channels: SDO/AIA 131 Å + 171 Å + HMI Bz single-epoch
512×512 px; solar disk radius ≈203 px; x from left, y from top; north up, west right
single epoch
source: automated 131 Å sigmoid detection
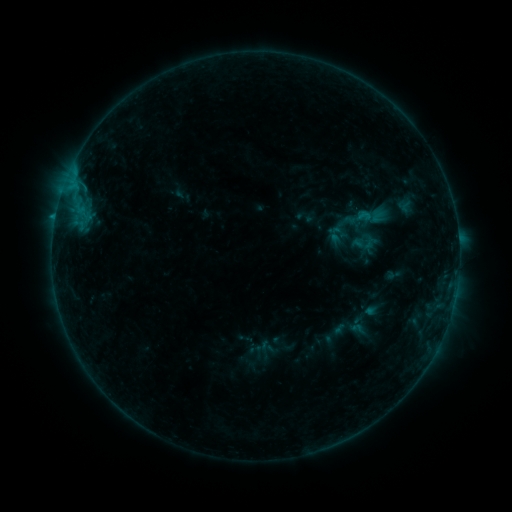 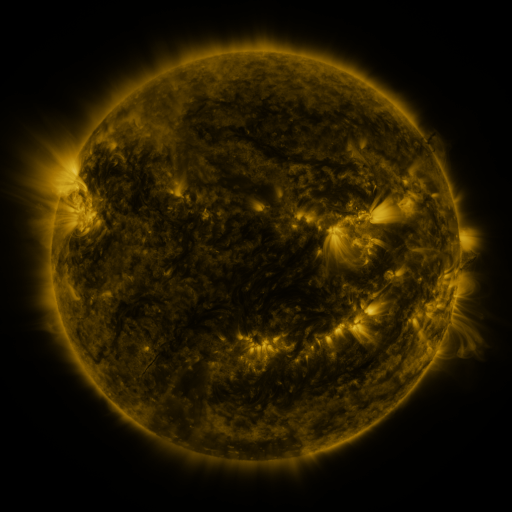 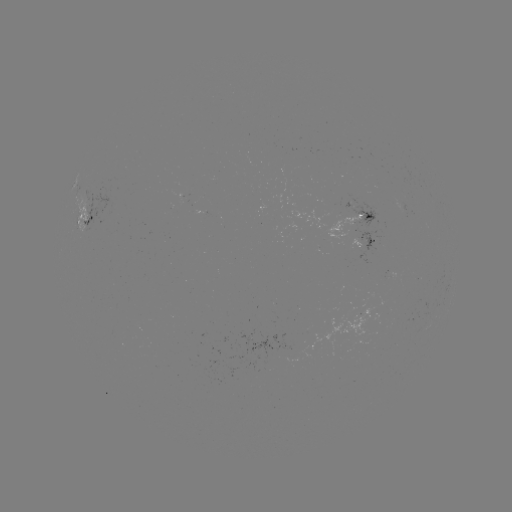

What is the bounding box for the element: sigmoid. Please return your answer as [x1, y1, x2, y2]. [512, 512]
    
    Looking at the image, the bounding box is [353, 234, 374, 253].